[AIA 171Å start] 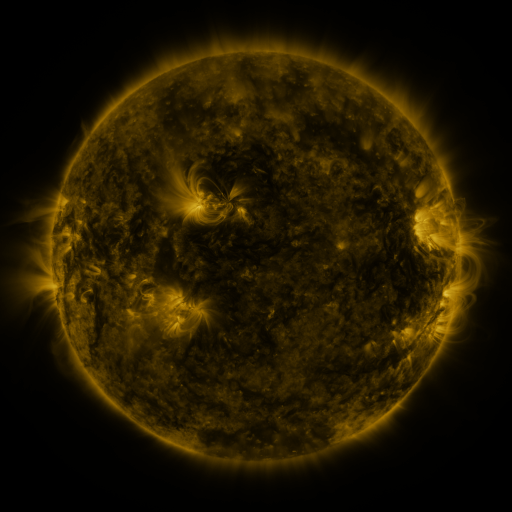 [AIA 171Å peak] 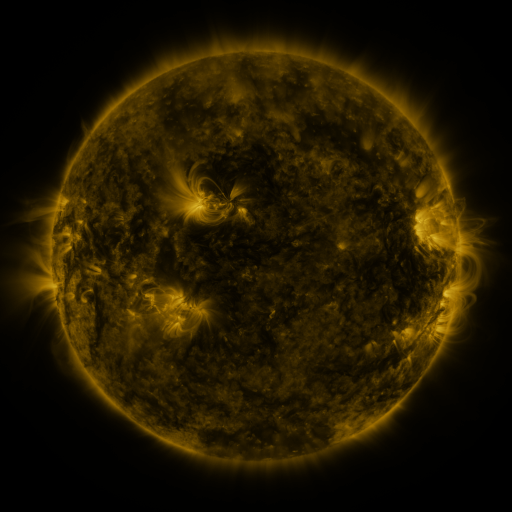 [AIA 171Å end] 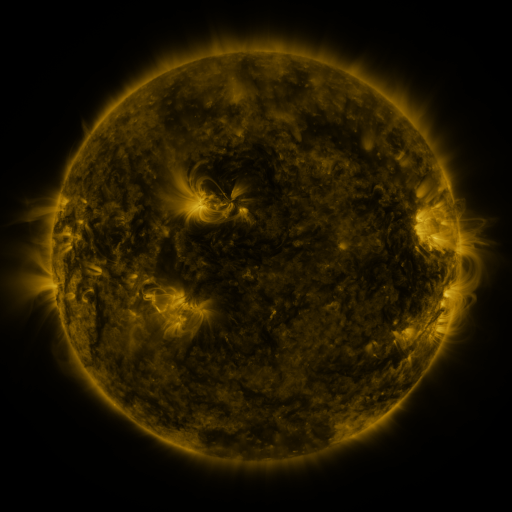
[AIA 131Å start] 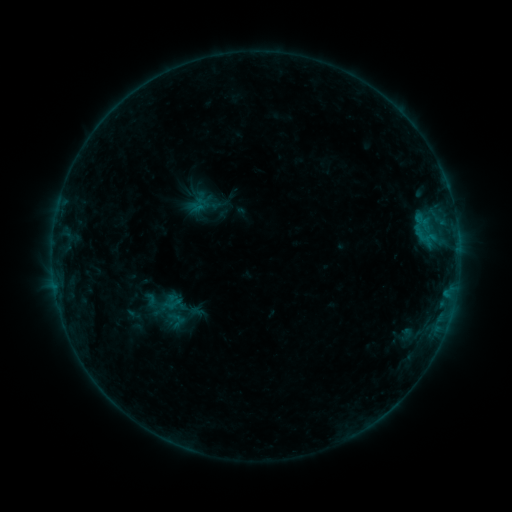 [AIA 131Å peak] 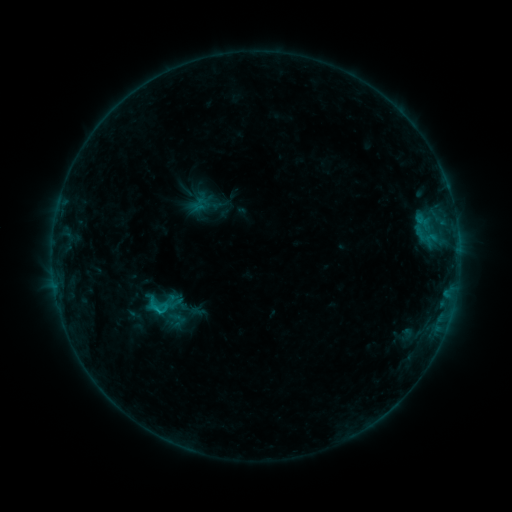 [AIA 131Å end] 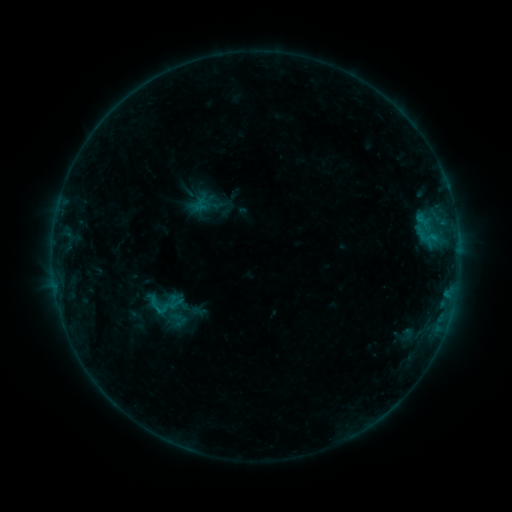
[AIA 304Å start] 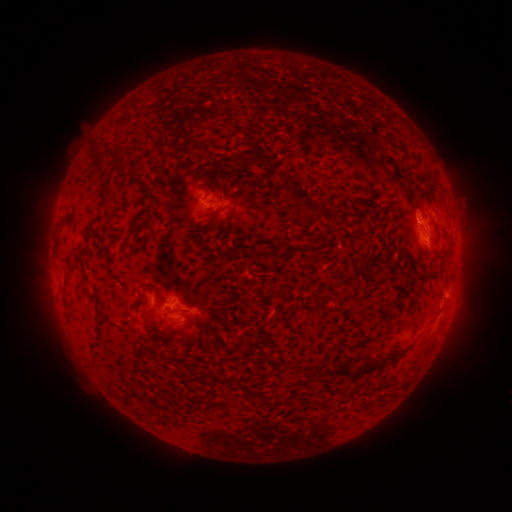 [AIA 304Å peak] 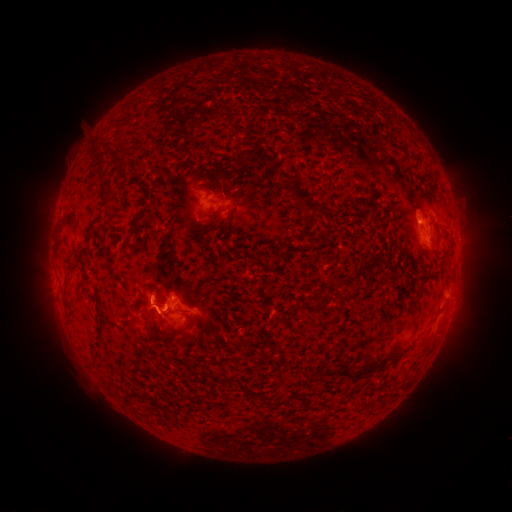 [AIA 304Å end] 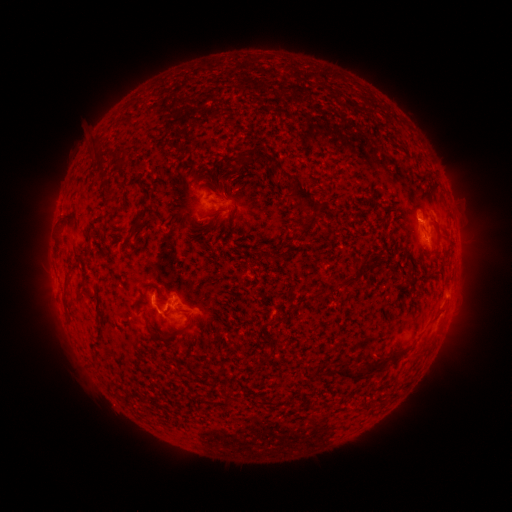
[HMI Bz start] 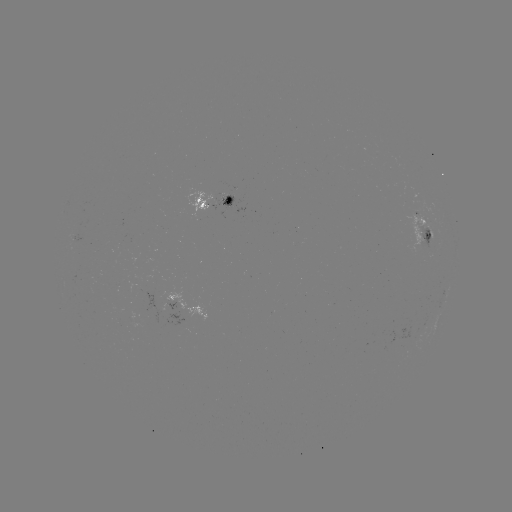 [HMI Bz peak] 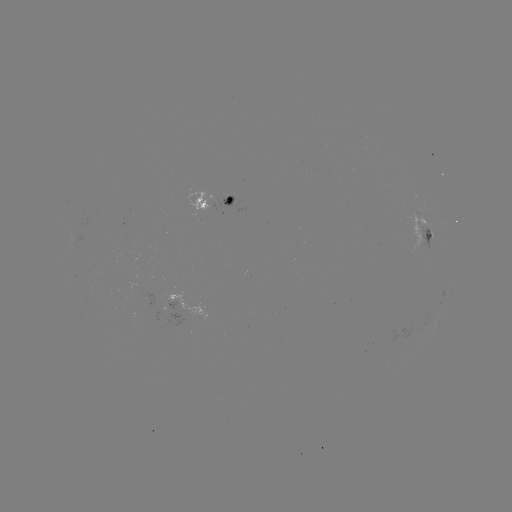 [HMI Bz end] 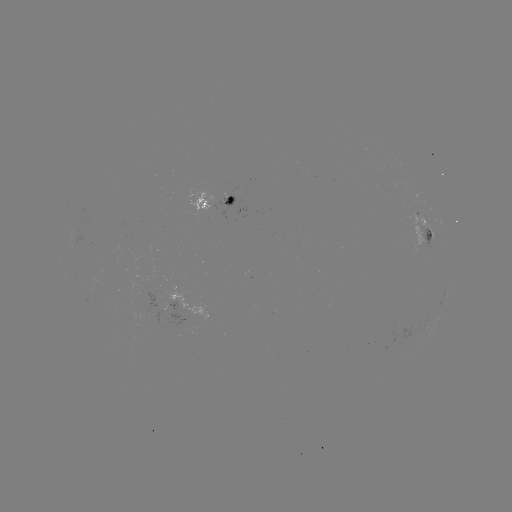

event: flare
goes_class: B8.7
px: (160, 308)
